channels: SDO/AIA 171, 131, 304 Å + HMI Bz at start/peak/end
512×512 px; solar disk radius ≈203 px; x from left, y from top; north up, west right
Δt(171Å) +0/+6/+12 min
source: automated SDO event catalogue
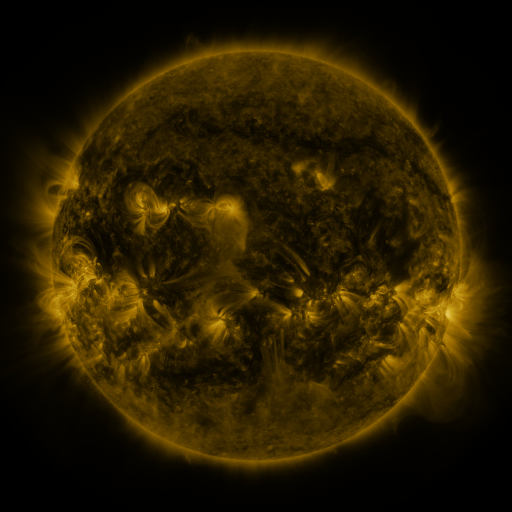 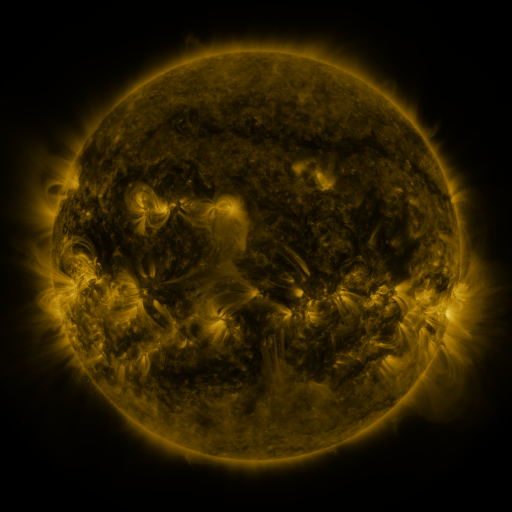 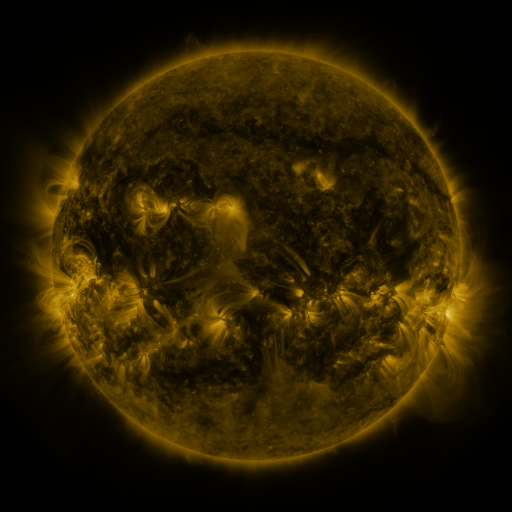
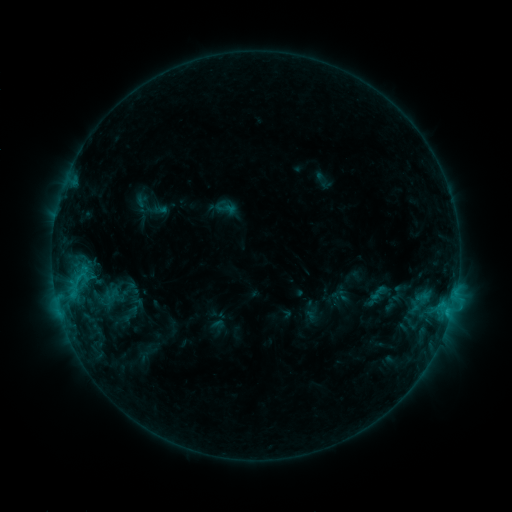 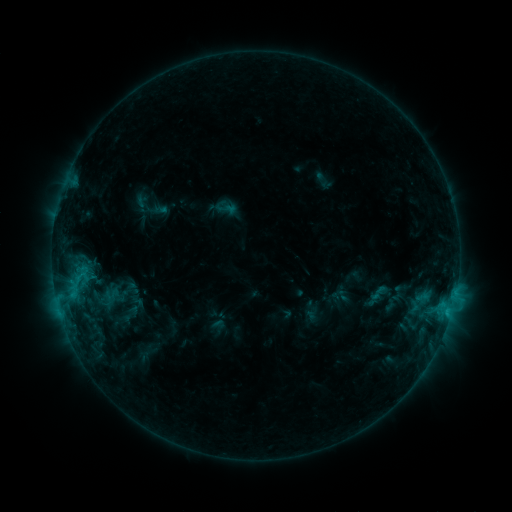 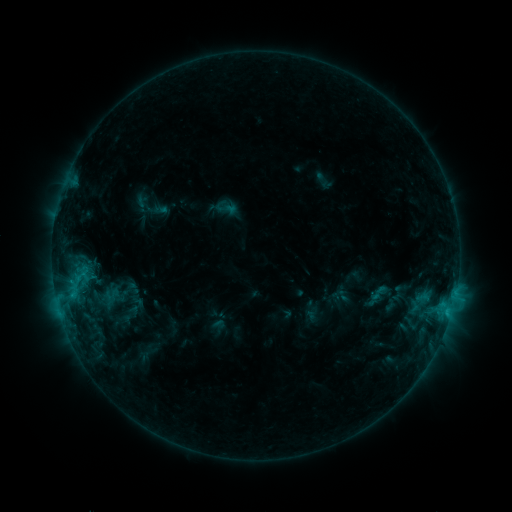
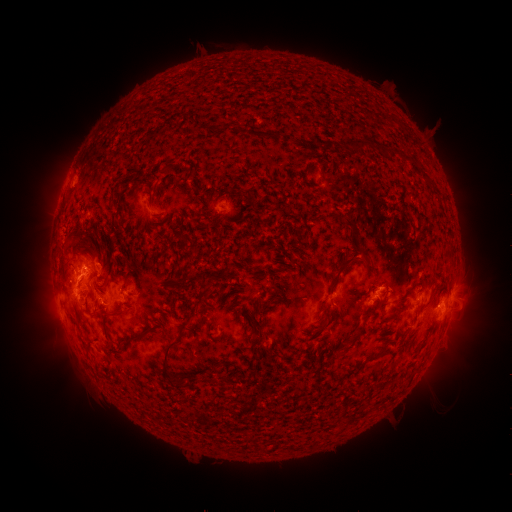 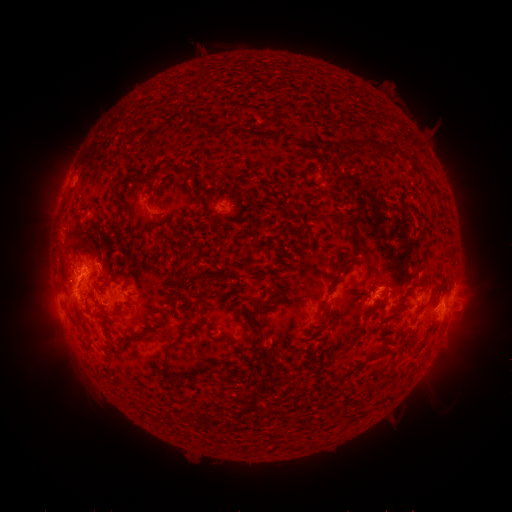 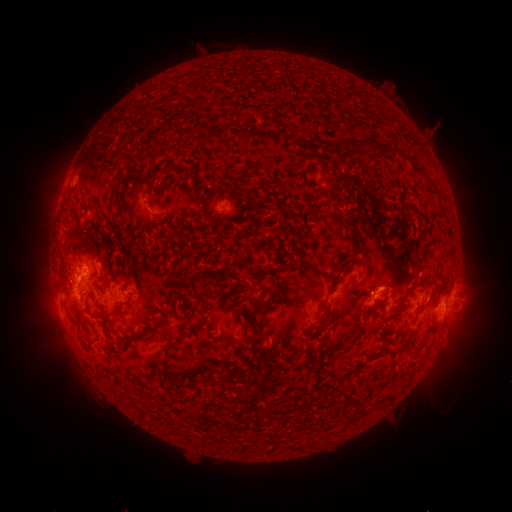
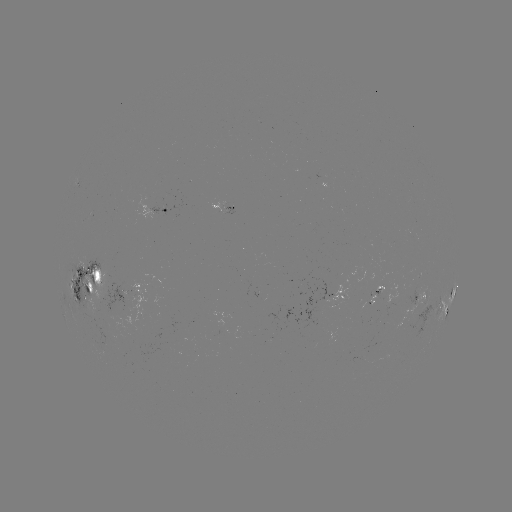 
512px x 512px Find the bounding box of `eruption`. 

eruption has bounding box [32, 257, 78, 301].